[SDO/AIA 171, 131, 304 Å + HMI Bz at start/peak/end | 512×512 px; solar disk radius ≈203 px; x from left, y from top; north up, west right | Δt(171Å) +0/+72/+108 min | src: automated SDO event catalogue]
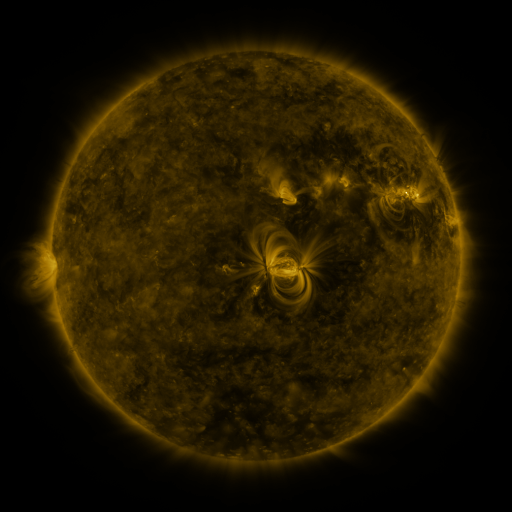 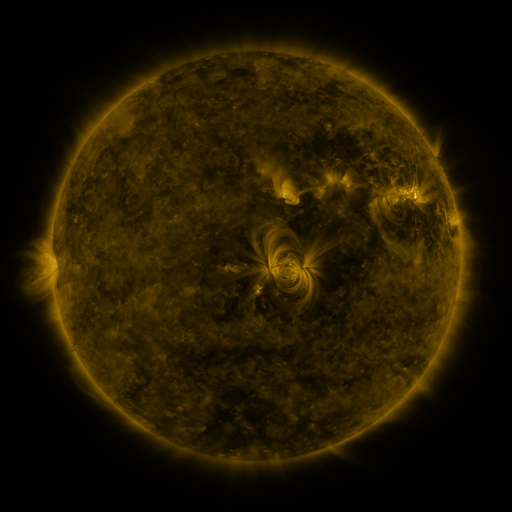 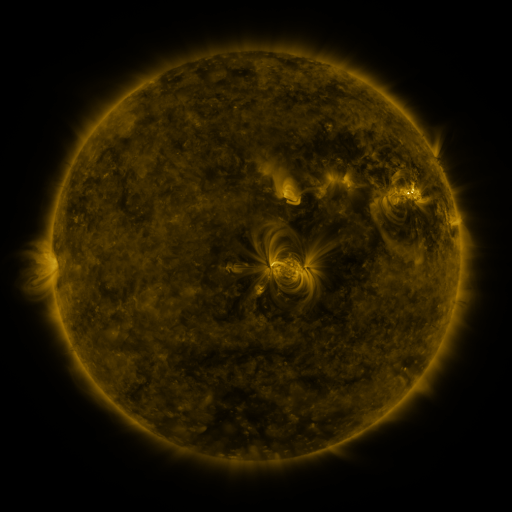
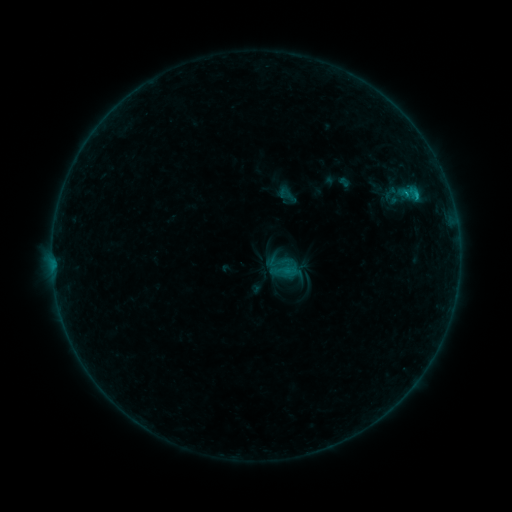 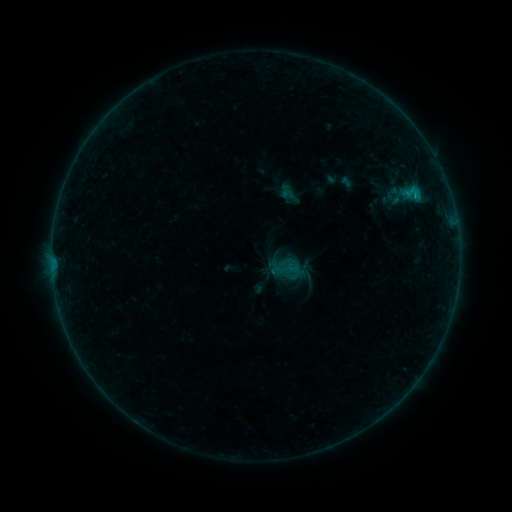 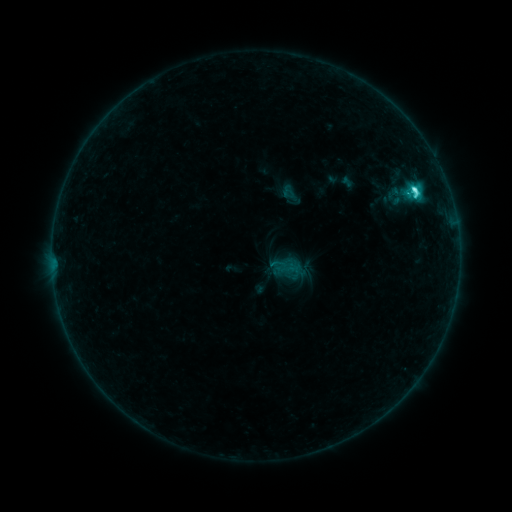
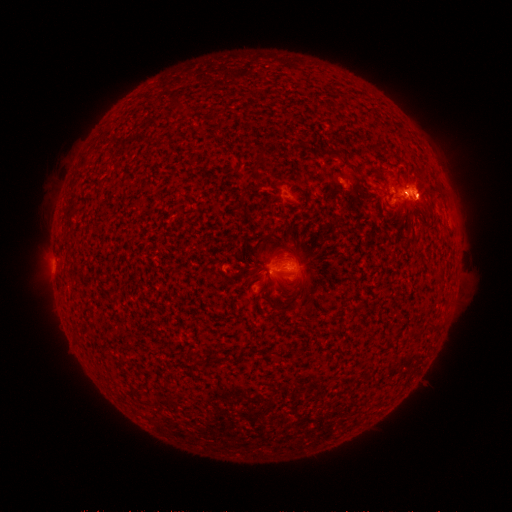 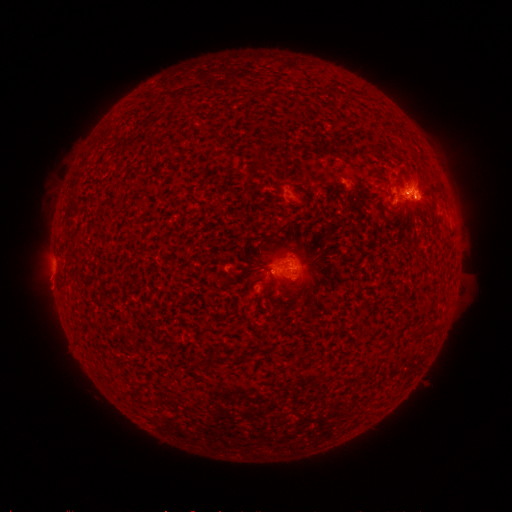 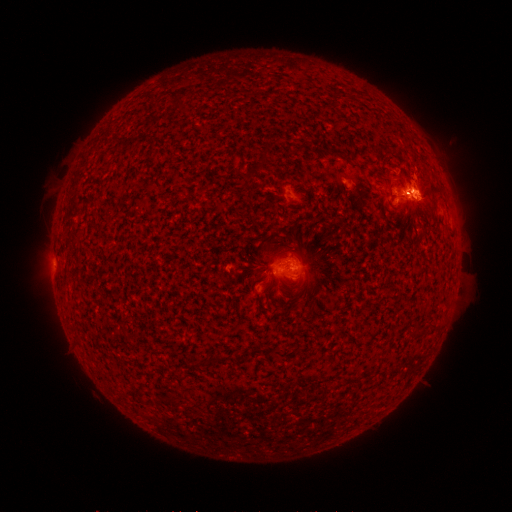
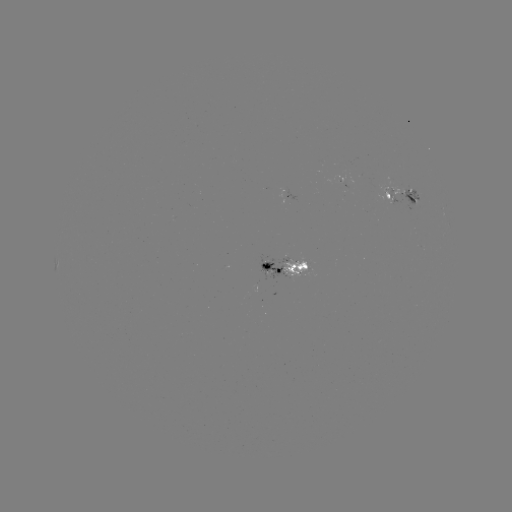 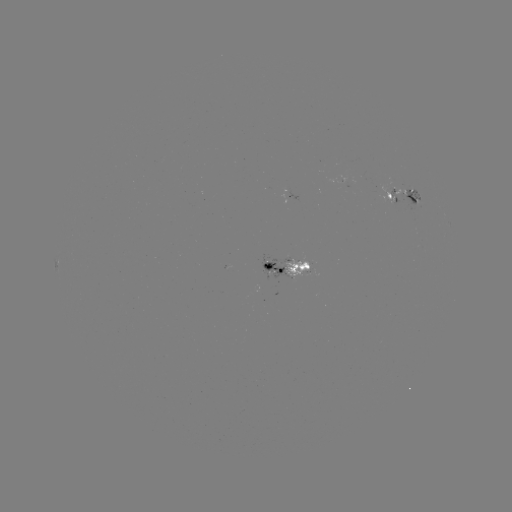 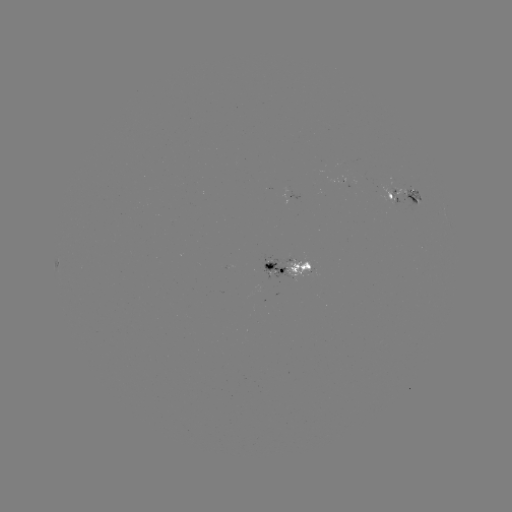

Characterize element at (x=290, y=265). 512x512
emerging-flux region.